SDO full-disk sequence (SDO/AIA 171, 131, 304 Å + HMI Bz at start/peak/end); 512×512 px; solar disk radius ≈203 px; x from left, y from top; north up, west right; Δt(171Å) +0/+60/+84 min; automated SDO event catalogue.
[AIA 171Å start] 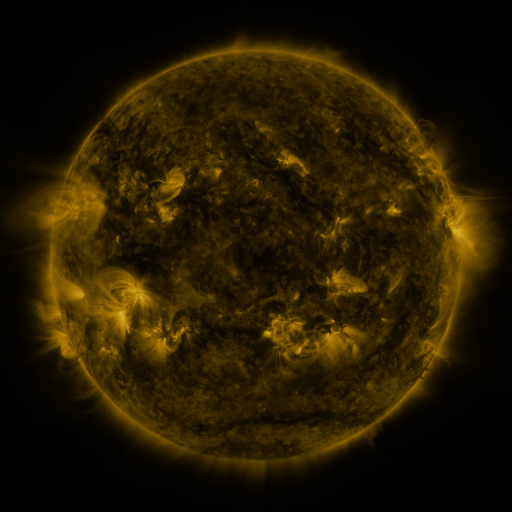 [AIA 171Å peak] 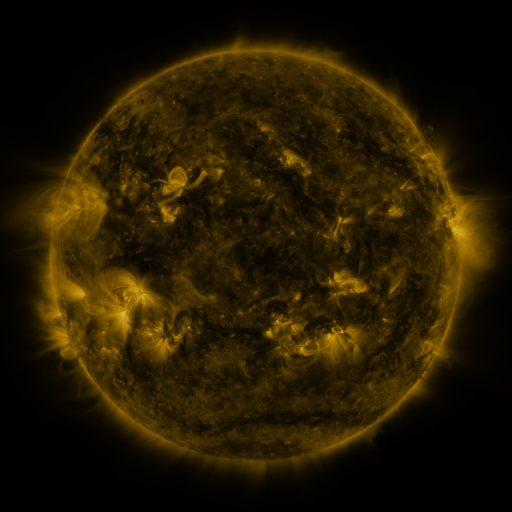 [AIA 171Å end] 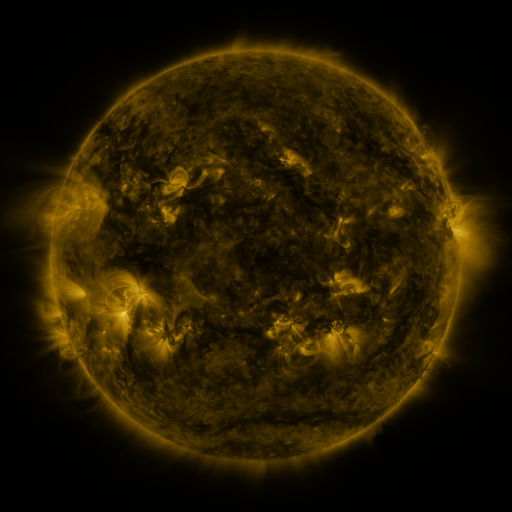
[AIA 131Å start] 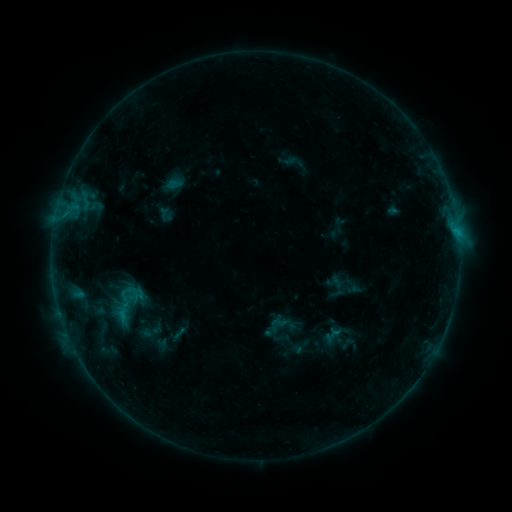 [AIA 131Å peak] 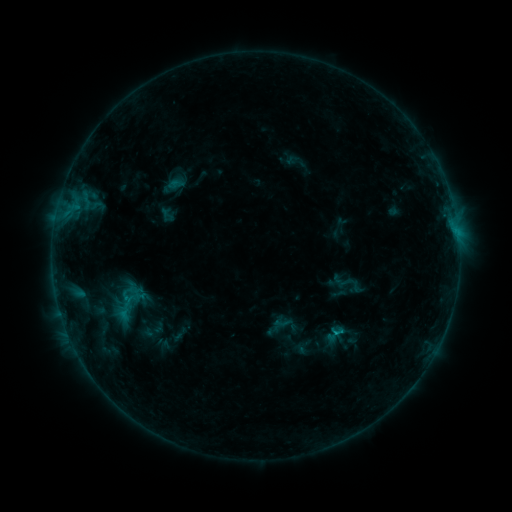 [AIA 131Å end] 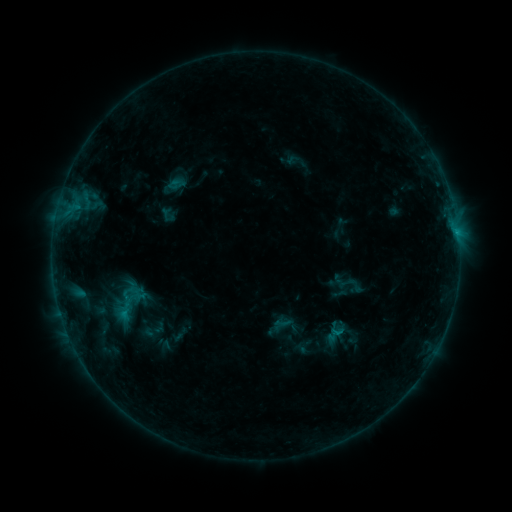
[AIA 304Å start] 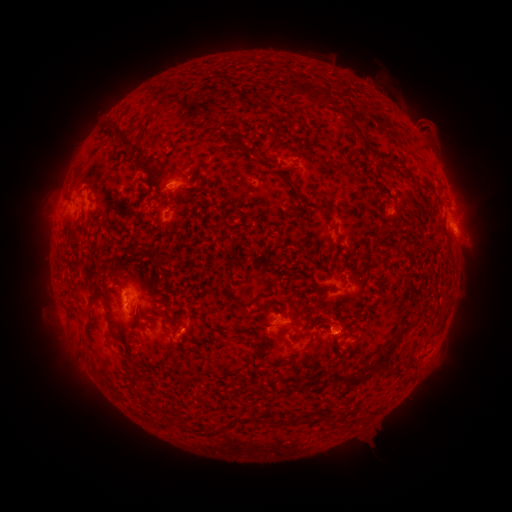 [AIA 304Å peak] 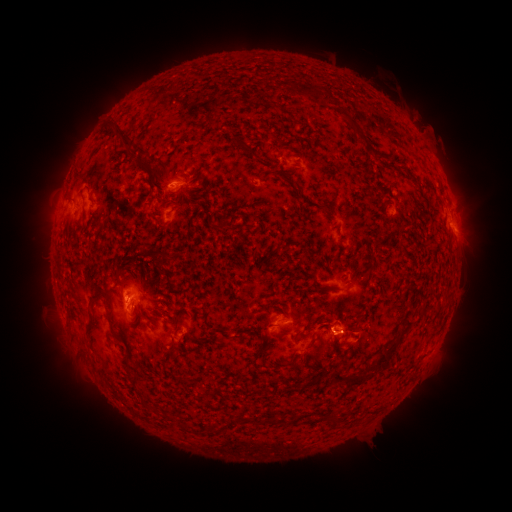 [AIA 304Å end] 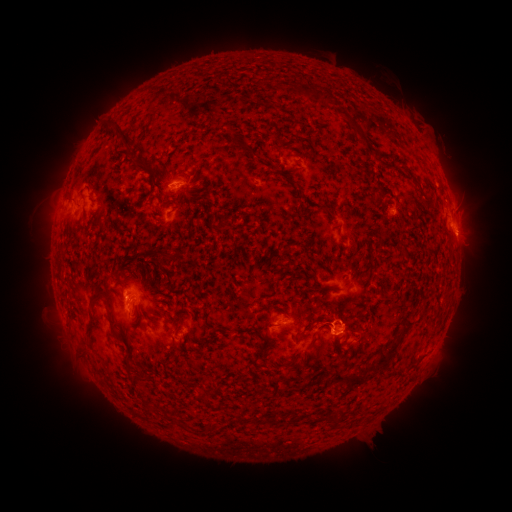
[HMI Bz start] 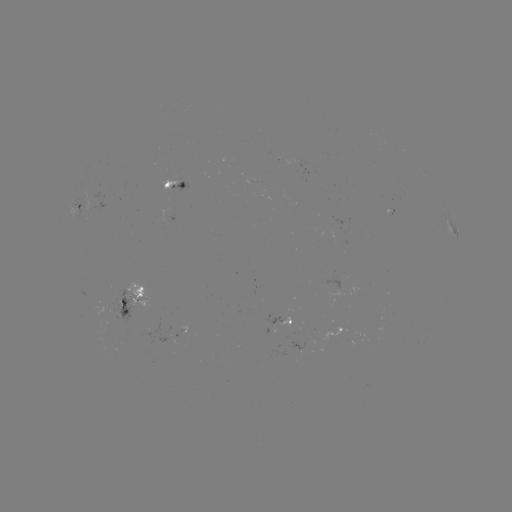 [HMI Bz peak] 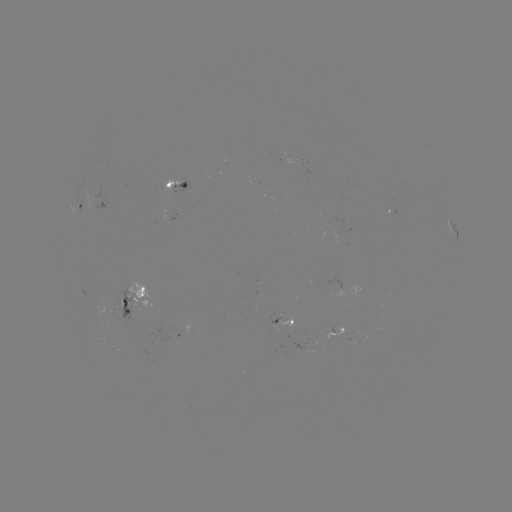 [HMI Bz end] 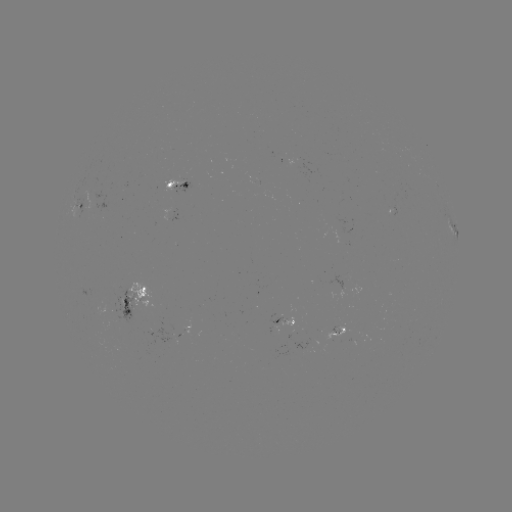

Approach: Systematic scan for emerging-flux region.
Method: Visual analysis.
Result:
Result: emerging-flux region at (180, 326).